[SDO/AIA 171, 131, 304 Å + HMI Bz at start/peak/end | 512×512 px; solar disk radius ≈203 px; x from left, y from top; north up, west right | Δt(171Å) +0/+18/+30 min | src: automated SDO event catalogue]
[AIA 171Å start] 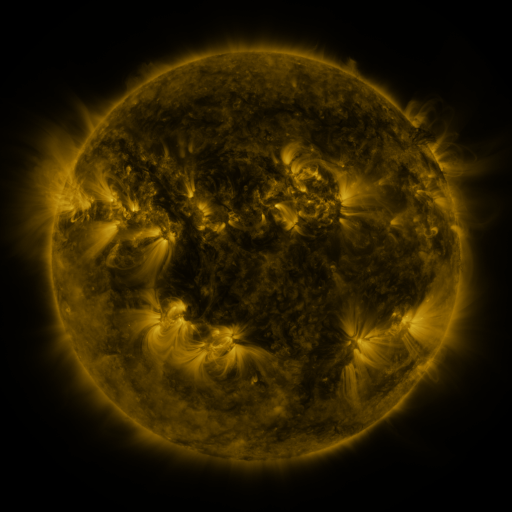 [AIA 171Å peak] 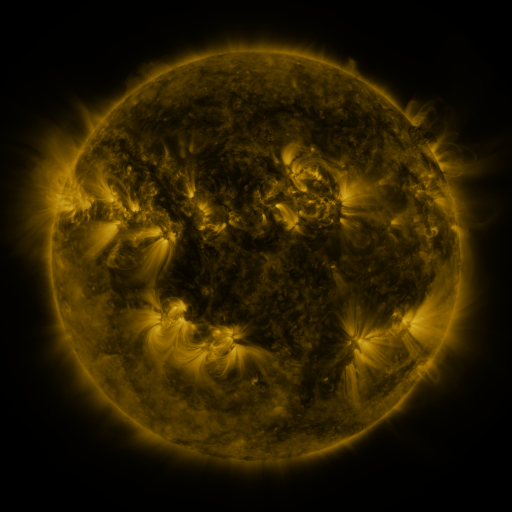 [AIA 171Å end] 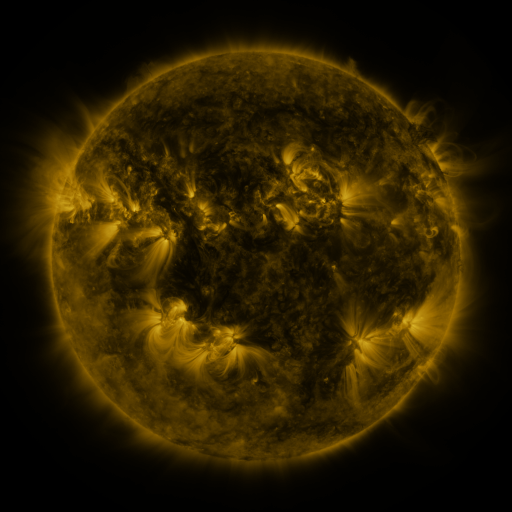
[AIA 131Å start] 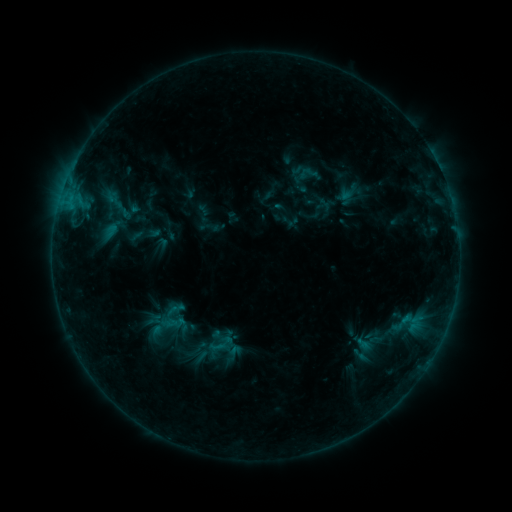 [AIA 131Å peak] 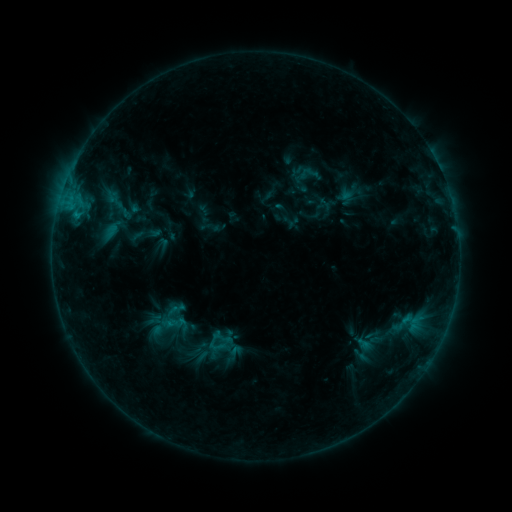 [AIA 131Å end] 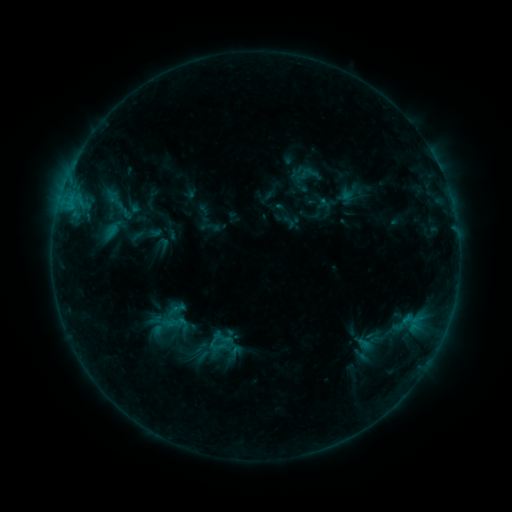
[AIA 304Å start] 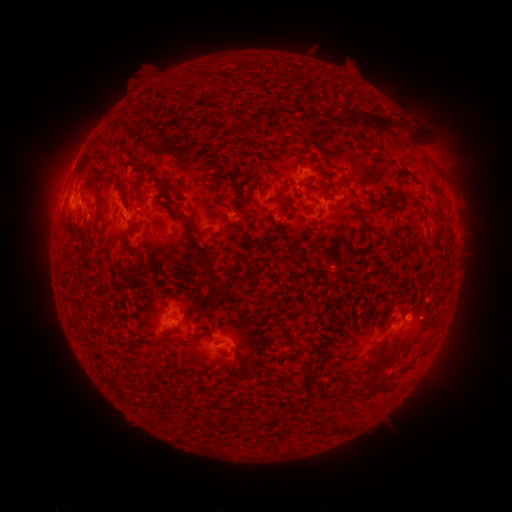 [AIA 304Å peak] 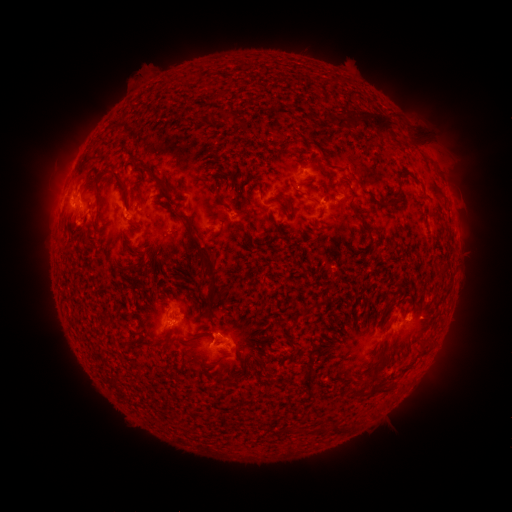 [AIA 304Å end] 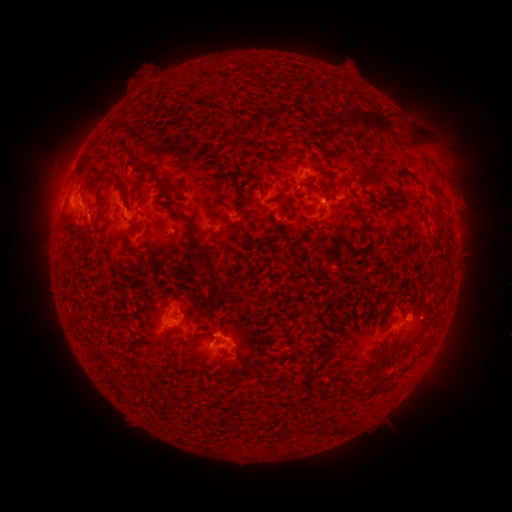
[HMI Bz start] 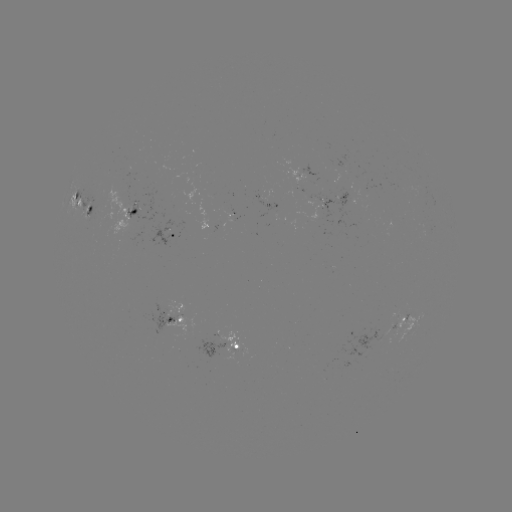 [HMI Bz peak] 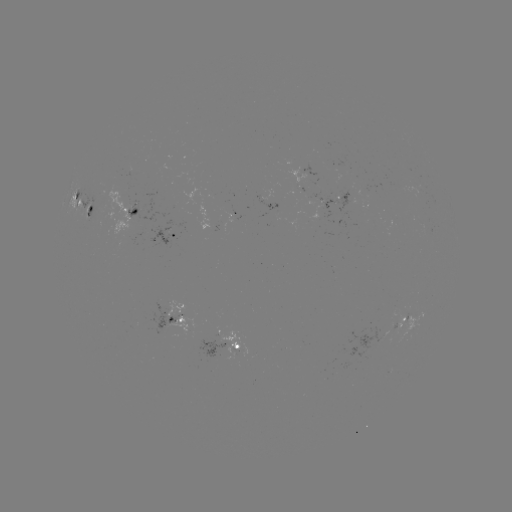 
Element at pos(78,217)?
B9.1 flare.